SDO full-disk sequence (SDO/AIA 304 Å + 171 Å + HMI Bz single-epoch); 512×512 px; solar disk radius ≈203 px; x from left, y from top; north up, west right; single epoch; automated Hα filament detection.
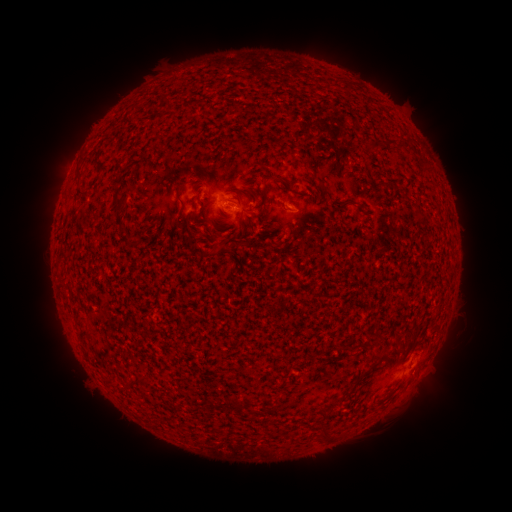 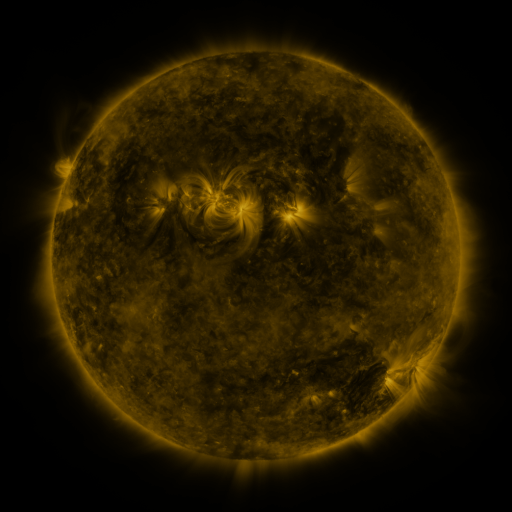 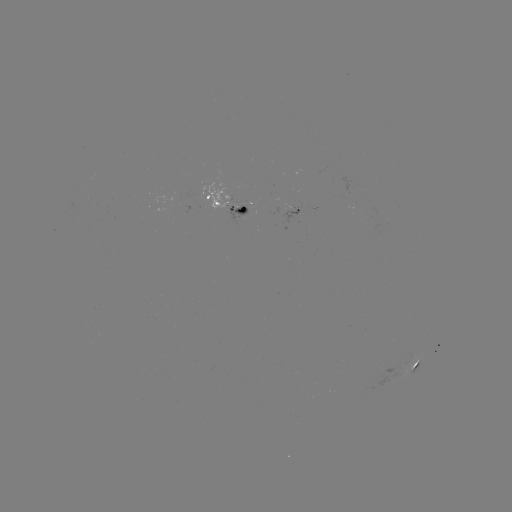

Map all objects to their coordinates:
filament: (168, 98)
filament: (375, 146)
filament: (79, 174)
filament: (281, 181)
filament: (255, 195)
filament: (265, 197)
filament: (118, 200)
filament: (285, 202)
filament: (183, 206)
filament: (343, 208)
filament: (196, 215)
filament: (215, 223)
filament: (140, 378)
